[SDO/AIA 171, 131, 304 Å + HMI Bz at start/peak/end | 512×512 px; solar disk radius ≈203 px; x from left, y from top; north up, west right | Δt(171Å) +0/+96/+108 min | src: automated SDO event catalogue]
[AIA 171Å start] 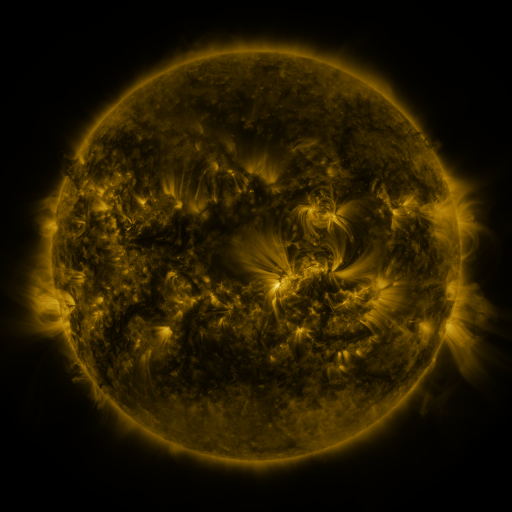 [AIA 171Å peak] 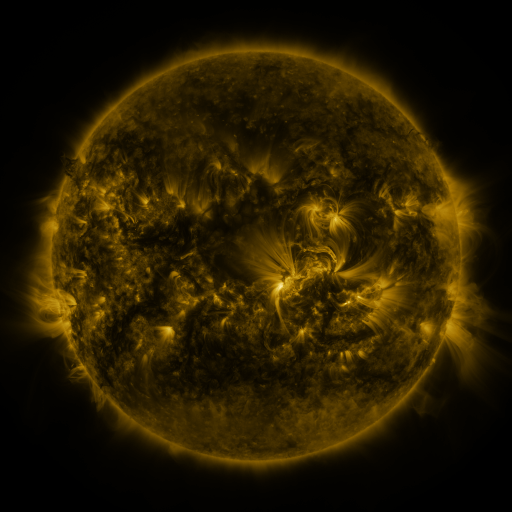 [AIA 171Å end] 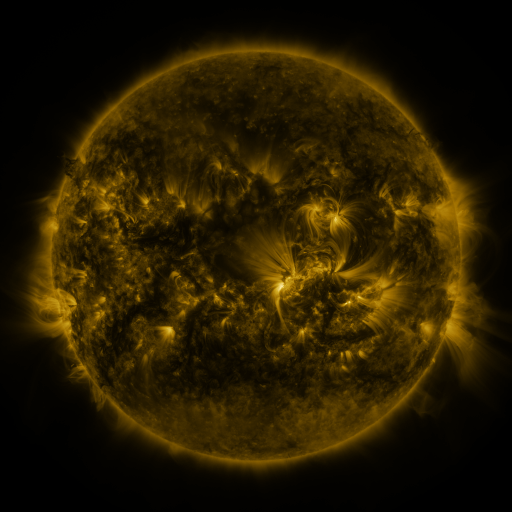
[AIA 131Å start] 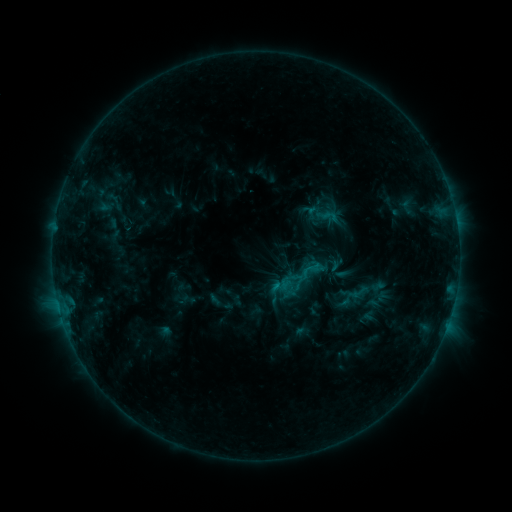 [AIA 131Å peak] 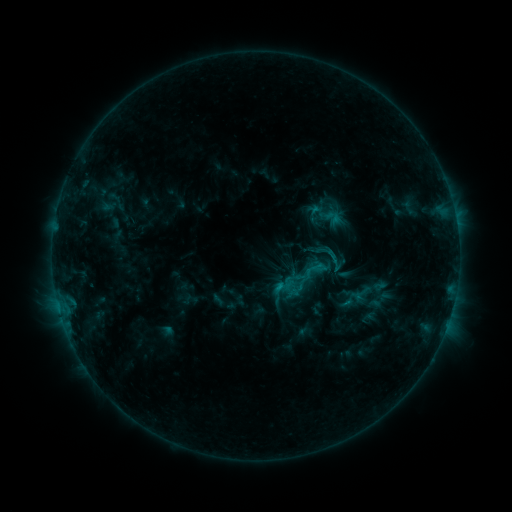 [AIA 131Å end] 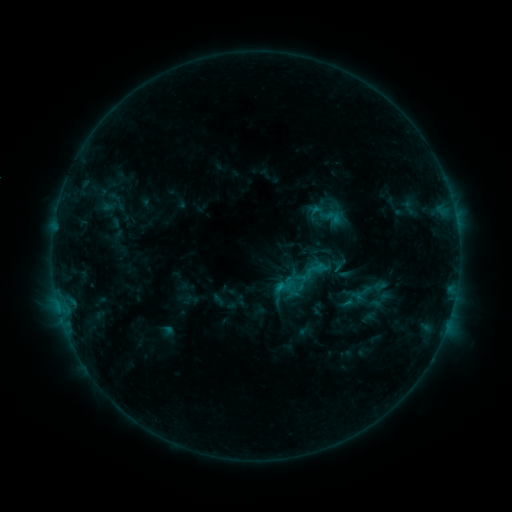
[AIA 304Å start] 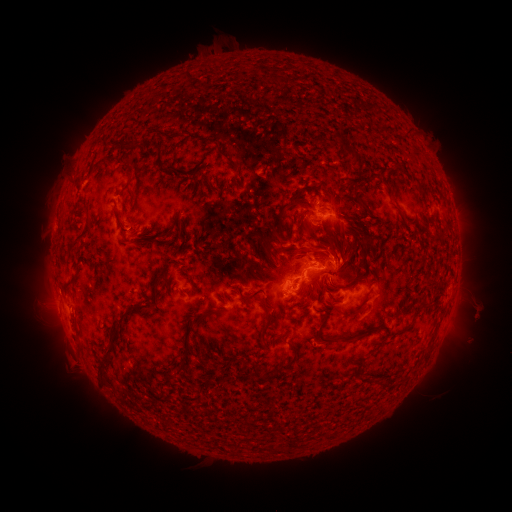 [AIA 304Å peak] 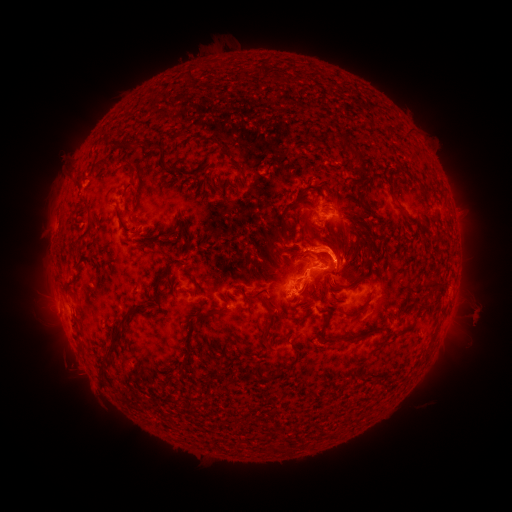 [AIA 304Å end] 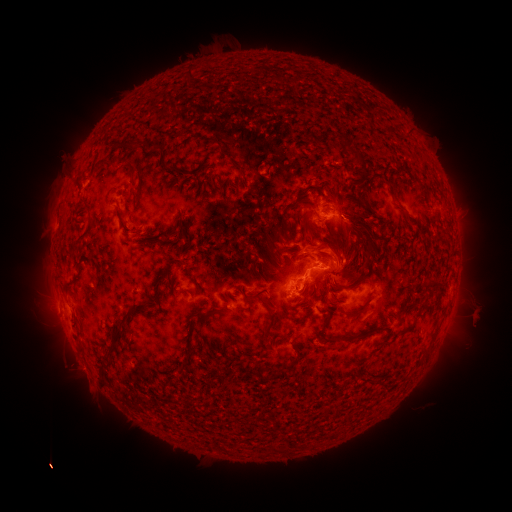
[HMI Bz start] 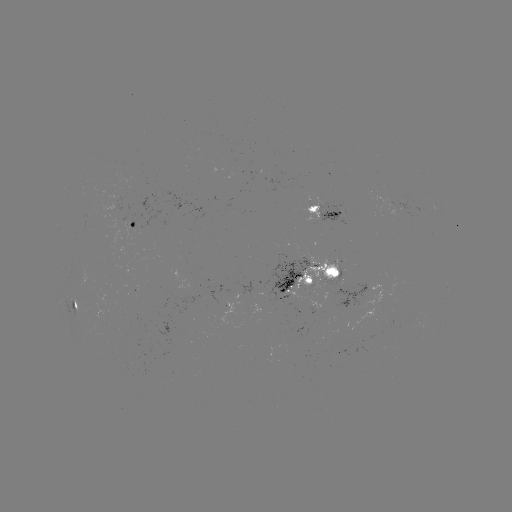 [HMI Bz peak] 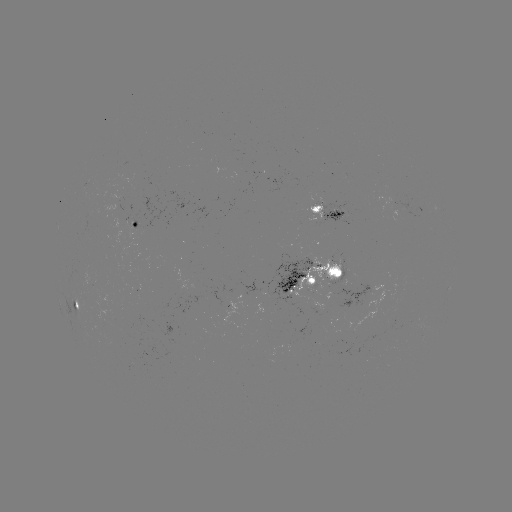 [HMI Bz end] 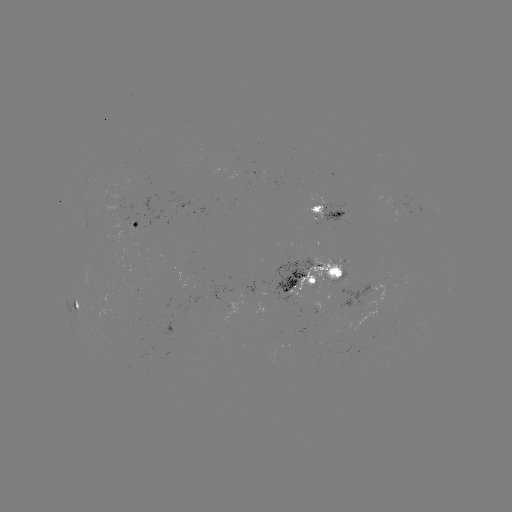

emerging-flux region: (267, 258, 312, 307)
